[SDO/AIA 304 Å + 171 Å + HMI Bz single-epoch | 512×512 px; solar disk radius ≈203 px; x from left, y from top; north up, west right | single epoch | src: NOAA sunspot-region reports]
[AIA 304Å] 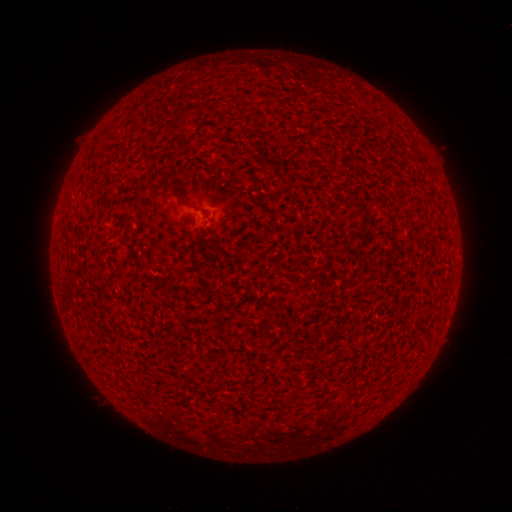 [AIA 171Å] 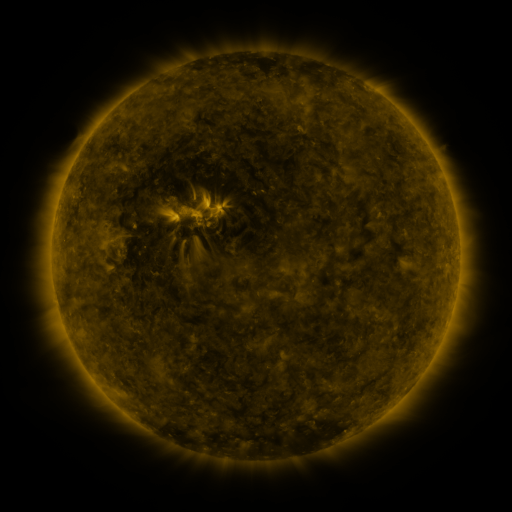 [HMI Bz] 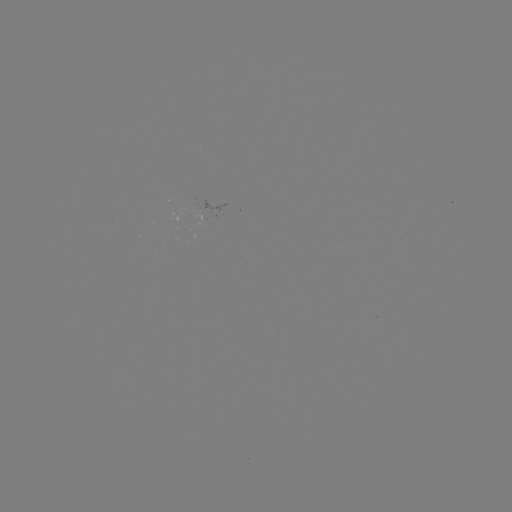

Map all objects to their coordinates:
(none)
